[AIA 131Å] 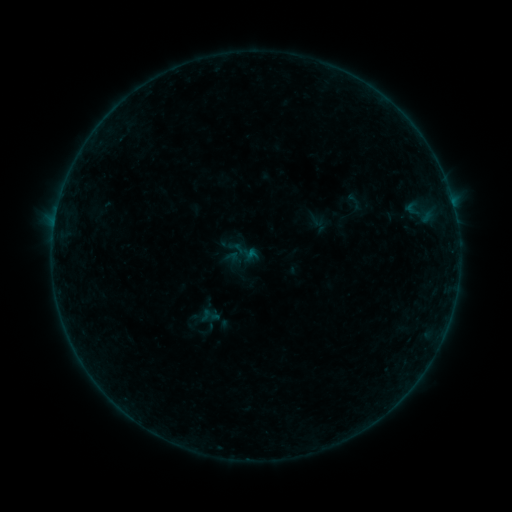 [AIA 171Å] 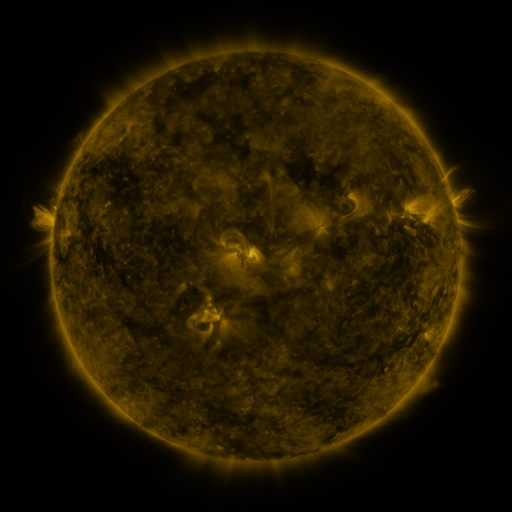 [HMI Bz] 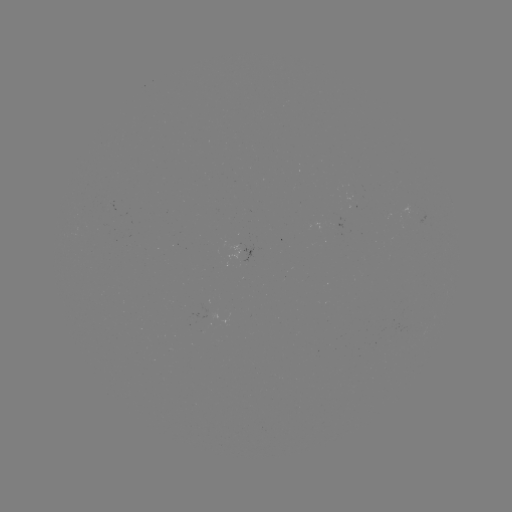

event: sigmoid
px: (355, 203)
